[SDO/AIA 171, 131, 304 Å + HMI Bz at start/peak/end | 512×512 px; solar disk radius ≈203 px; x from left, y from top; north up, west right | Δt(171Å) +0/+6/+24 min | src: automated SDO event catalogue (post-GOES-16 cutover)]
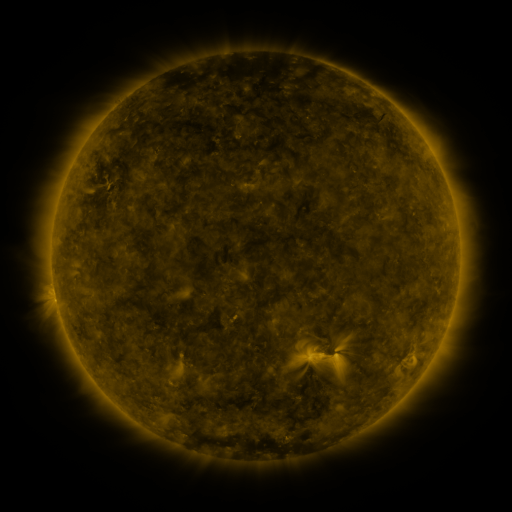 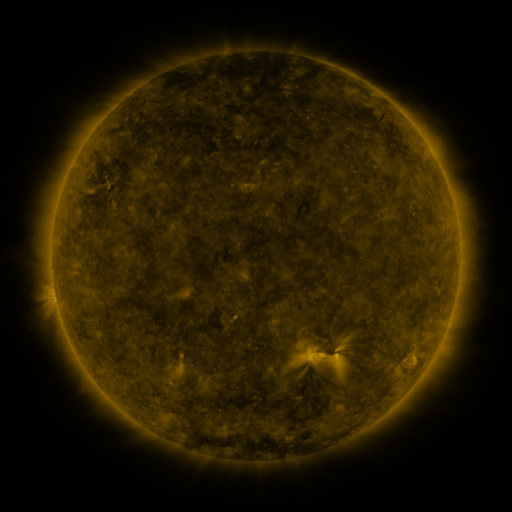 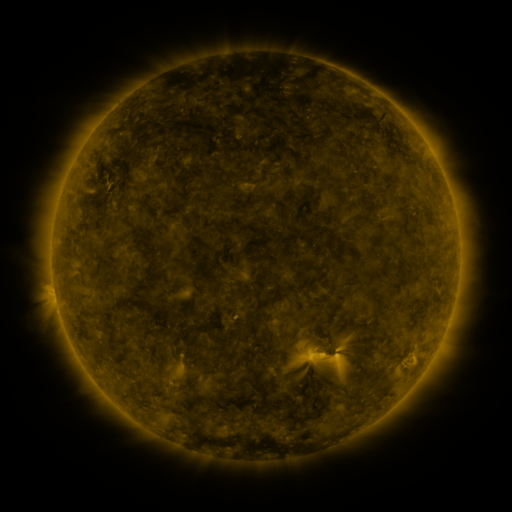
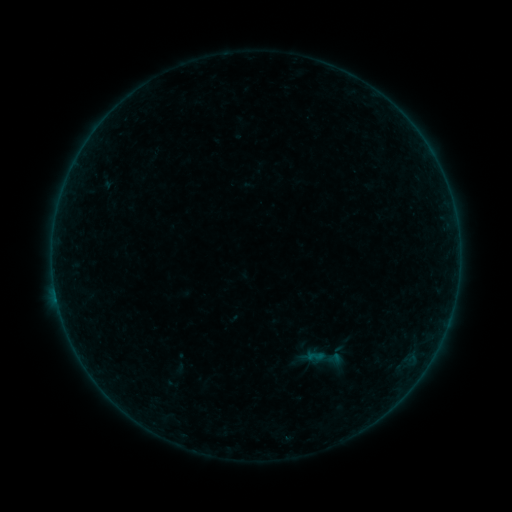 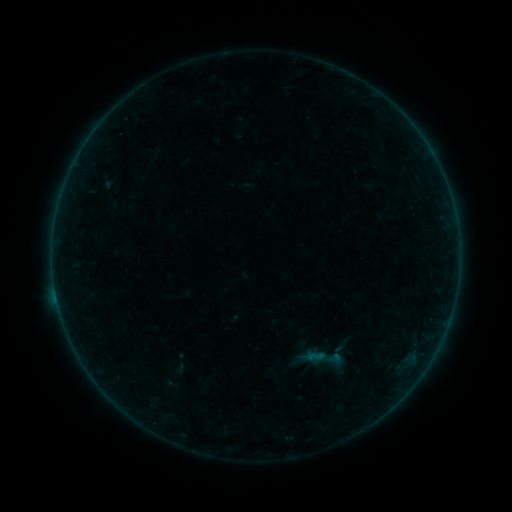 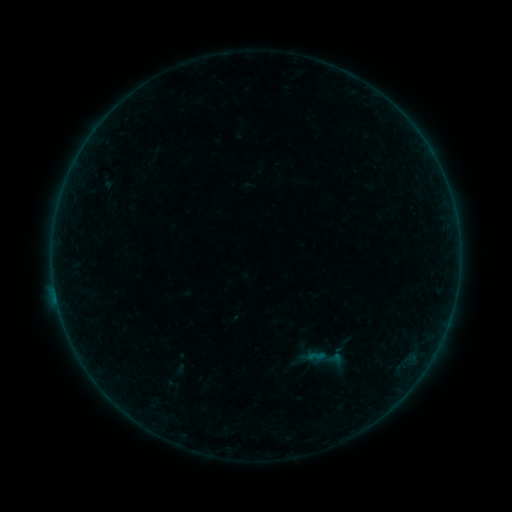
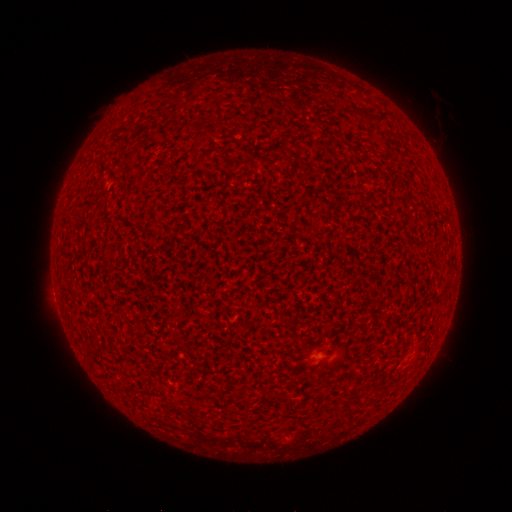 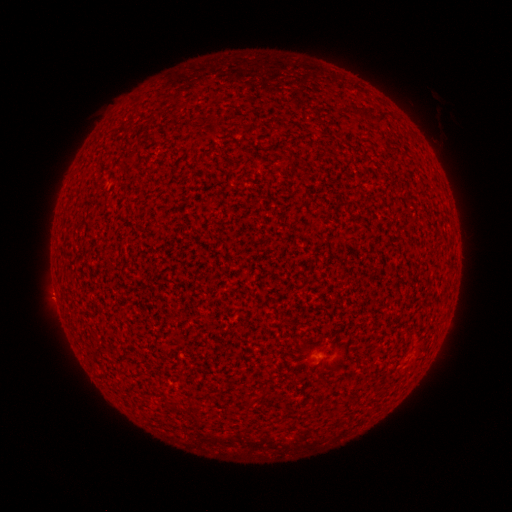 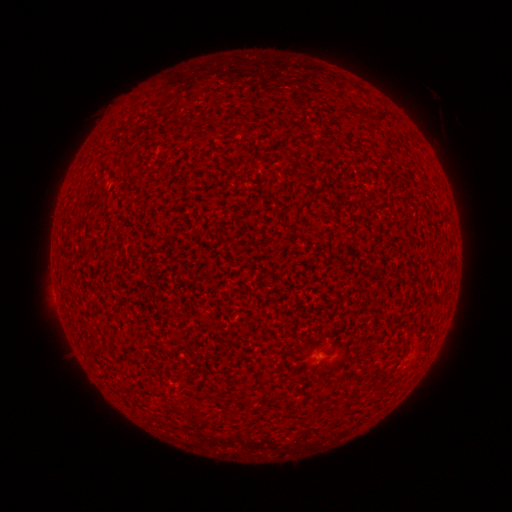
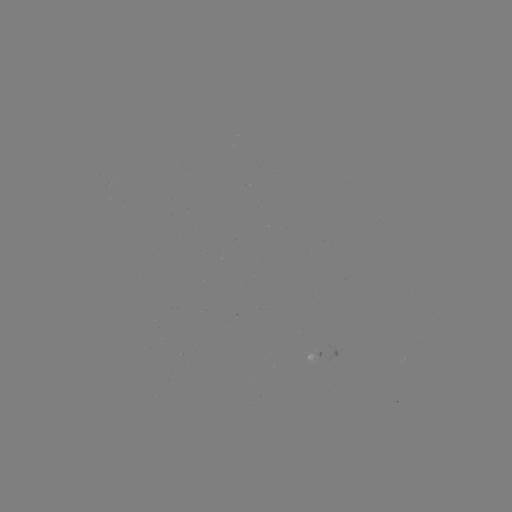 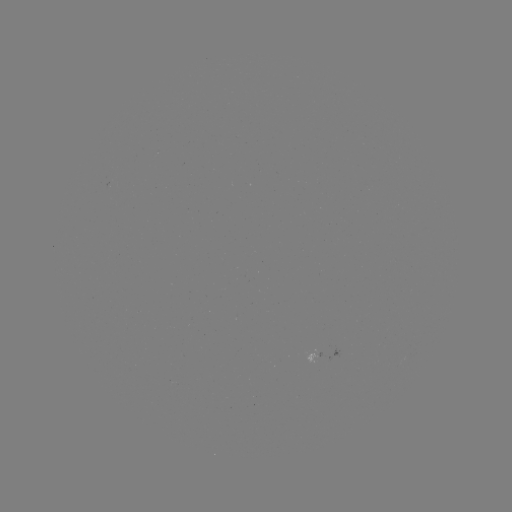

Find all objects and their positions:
A4.6 flare: (57, 298)
